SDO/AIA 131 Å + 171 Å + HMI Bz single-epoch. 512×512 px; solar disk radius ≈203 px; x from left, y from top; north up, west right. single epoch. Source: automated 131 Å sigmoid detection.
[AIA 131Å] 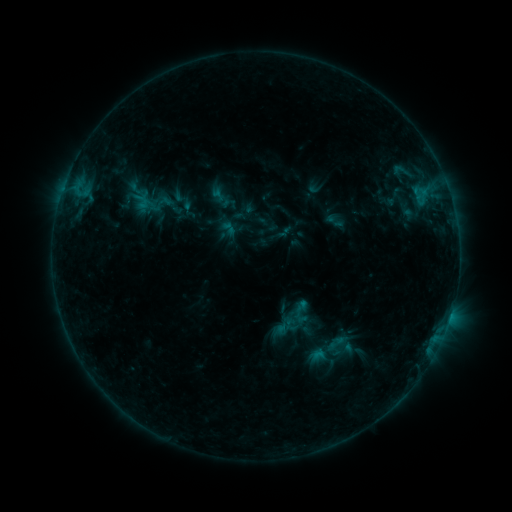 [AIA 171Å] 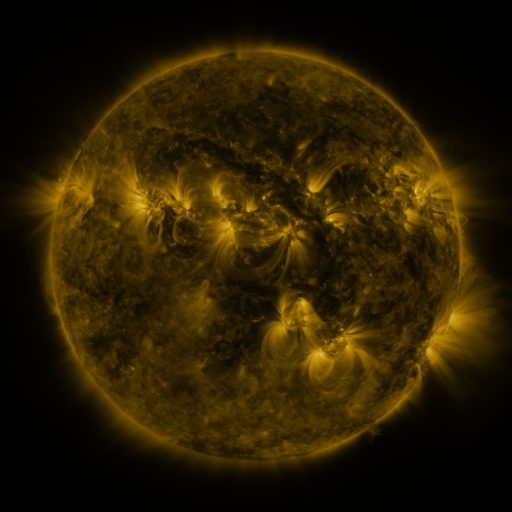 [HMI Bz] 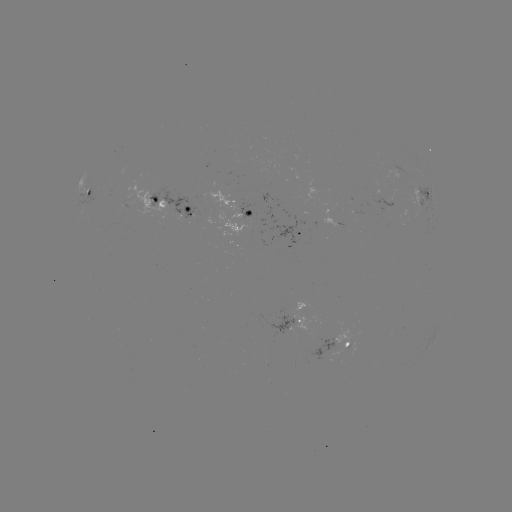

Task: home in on sigmoid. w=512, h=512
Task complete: (403, 208).